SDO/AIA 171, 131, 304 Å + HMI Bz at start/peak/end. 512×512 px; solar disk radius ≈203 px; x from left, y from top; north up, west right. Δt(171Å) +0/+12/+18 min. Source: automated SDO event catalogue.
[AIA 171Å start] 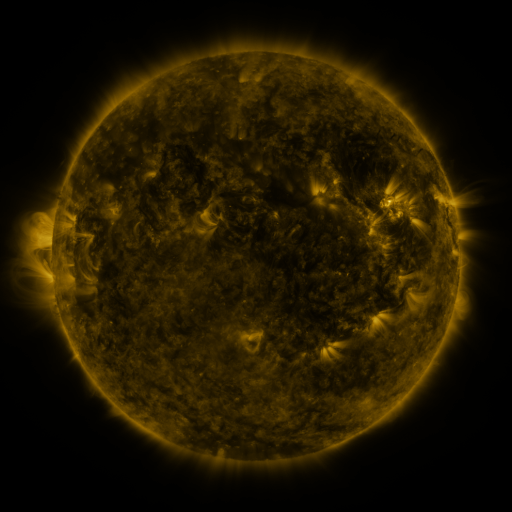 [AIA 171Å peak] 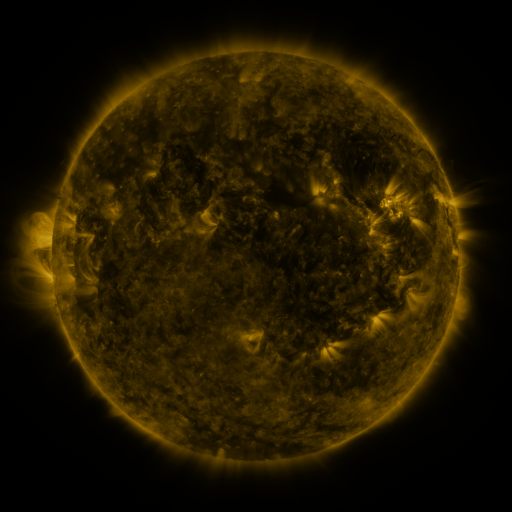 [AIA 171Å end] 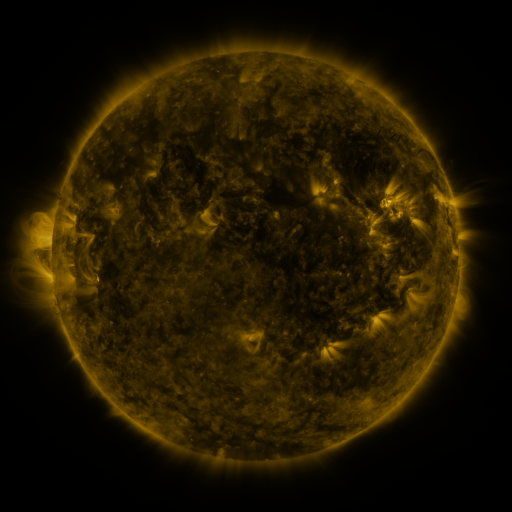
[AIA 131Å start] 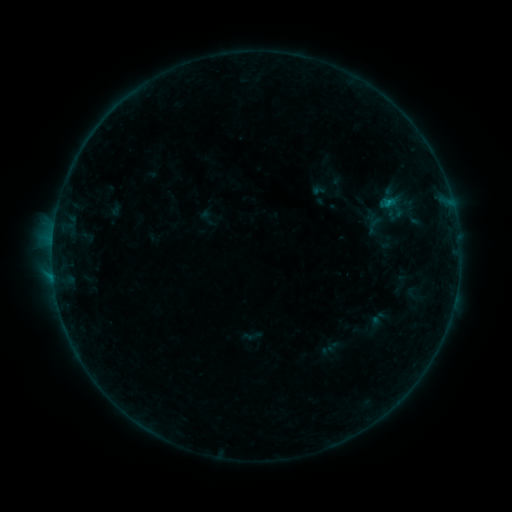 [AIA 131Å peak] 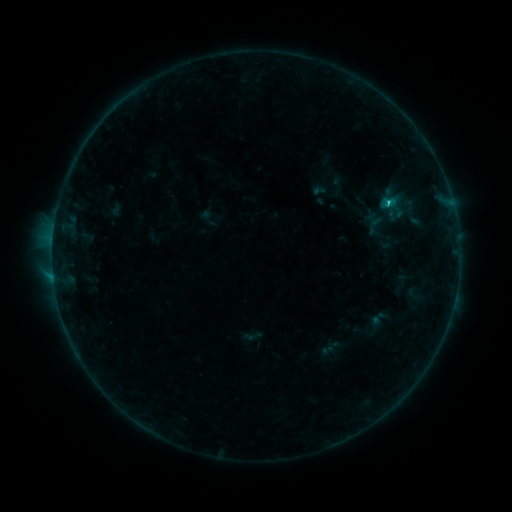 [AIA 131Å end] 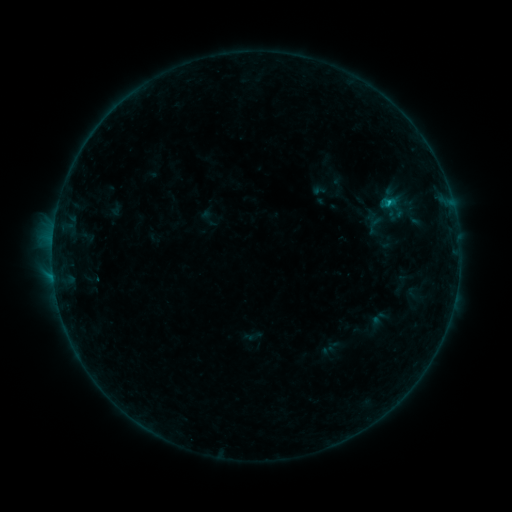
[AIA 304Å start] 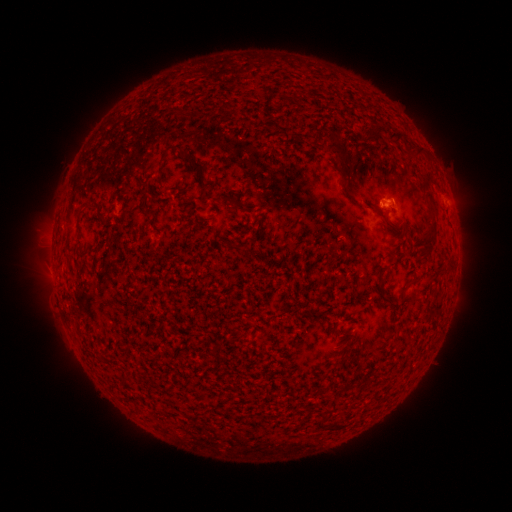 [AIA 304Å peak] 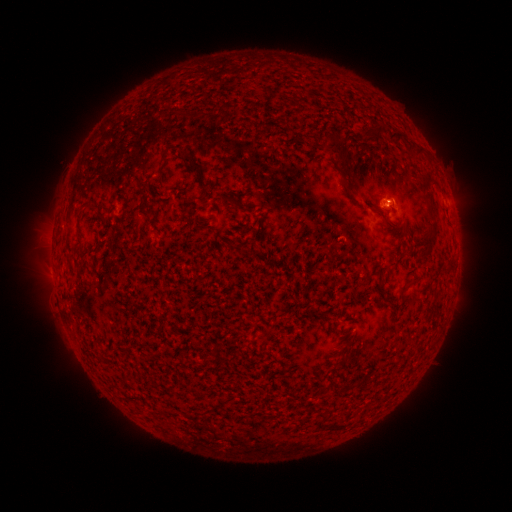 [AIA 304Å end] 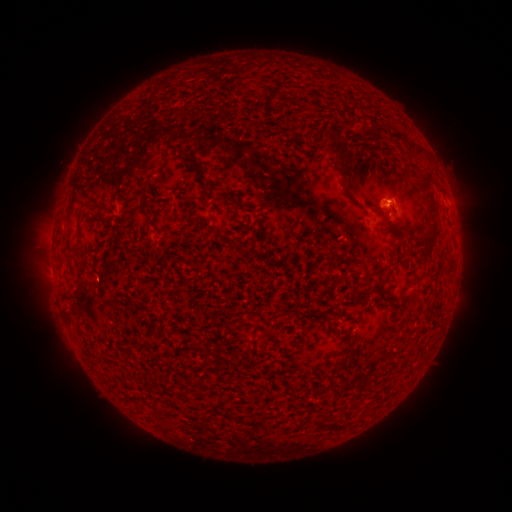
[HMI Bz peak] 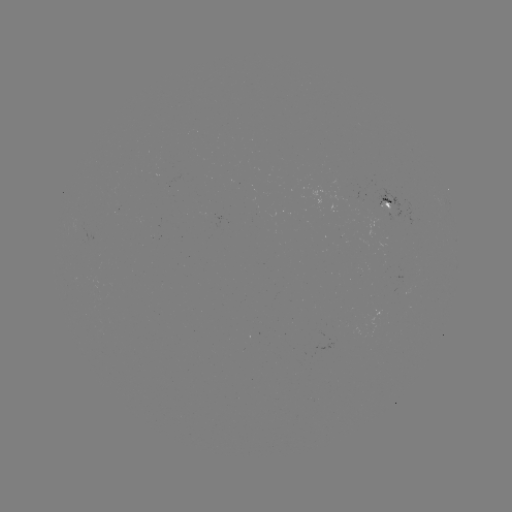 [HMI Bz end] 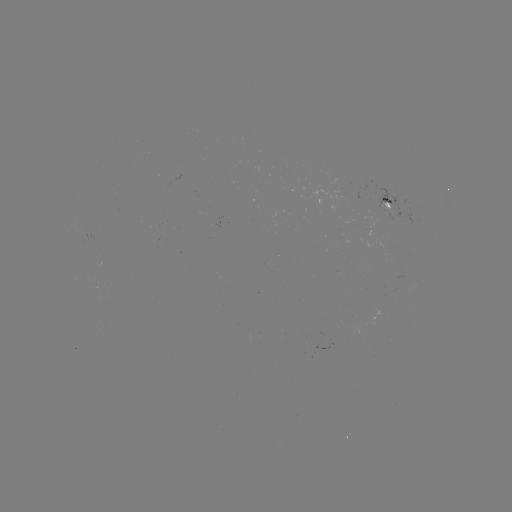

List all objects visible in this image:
B5.7 flare: (387, 204)
